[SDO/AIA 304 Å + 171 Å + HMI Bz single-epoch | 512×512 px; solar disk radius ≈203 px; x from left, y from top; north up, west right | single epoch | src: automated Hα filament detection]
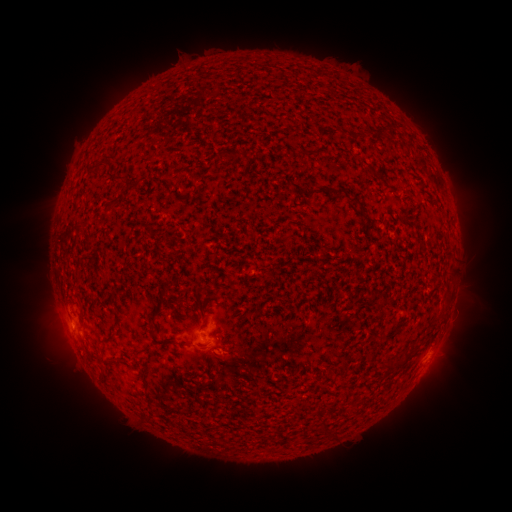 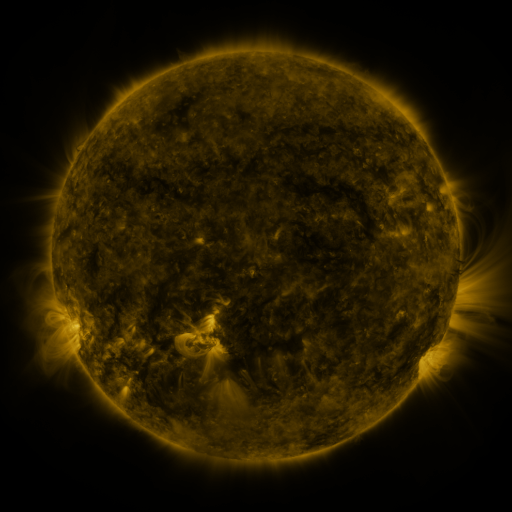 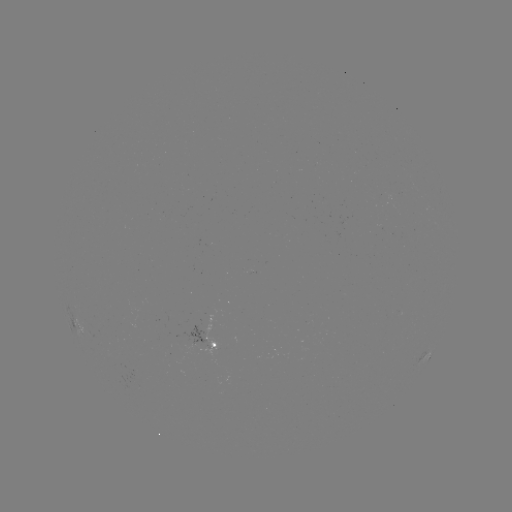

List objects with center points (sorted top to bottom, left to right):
filament: (361, 131)
filament: (226, 153)
filament: (99, 168)
filament: (118, 180)
filament: (338, 189)
filament: (327, 190)
filament: (356, 199)
filament: (109, 209)
filament: (88, 242)
filament: (393, 365)
filament: (196, 410)
filament: (327, 424)
